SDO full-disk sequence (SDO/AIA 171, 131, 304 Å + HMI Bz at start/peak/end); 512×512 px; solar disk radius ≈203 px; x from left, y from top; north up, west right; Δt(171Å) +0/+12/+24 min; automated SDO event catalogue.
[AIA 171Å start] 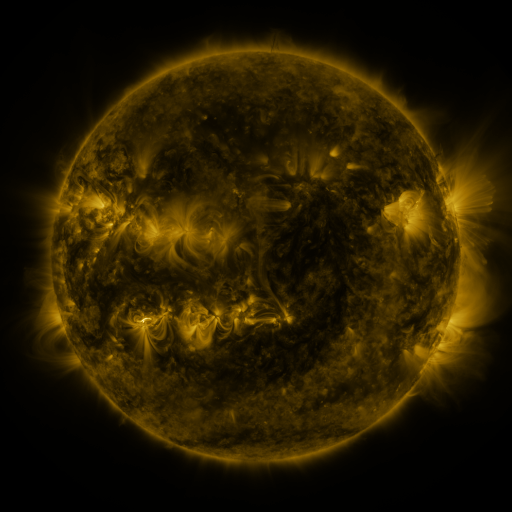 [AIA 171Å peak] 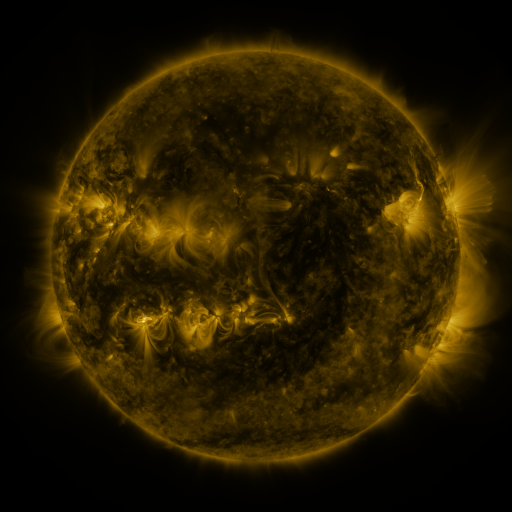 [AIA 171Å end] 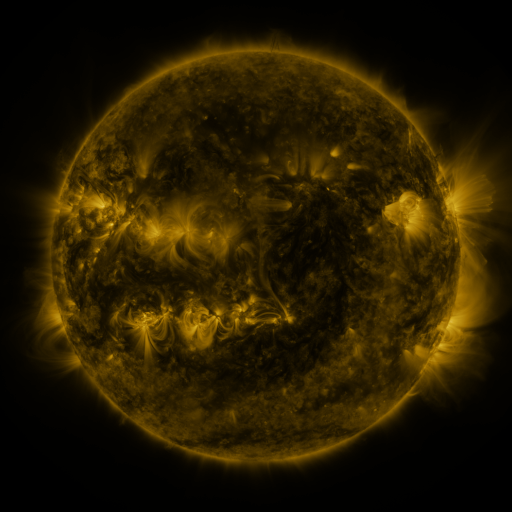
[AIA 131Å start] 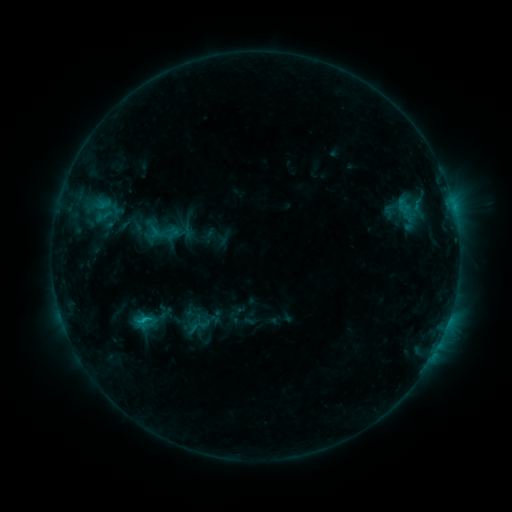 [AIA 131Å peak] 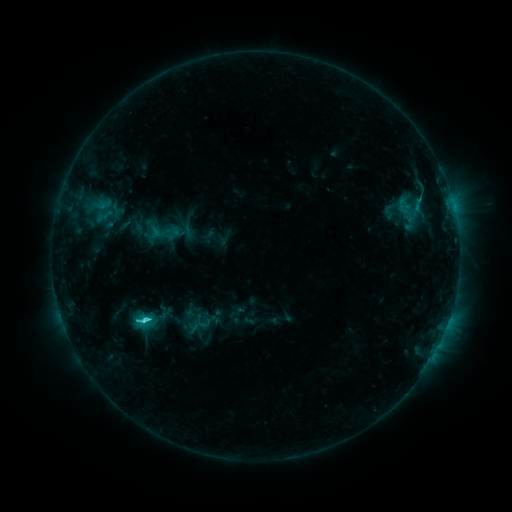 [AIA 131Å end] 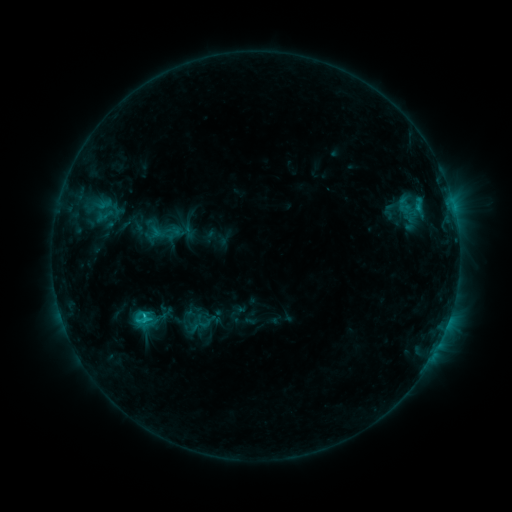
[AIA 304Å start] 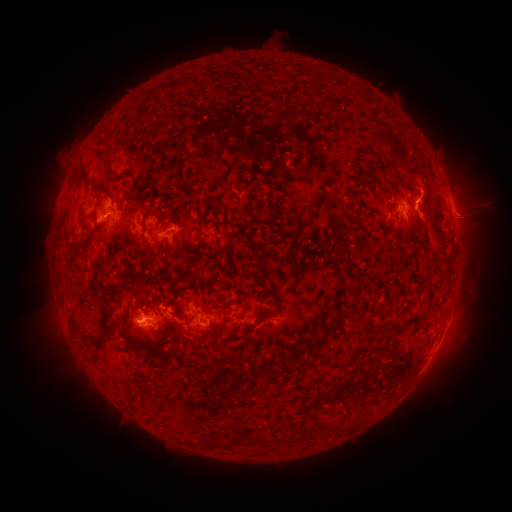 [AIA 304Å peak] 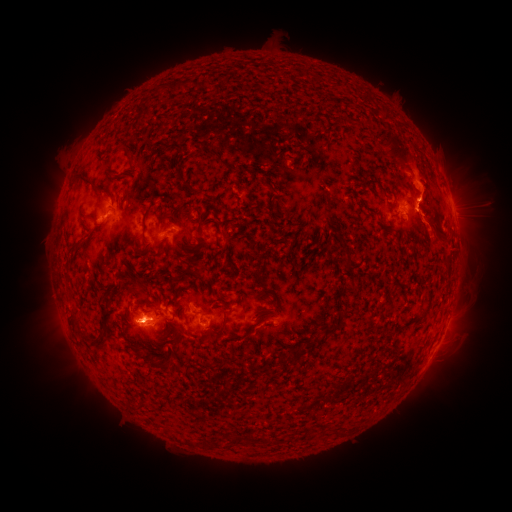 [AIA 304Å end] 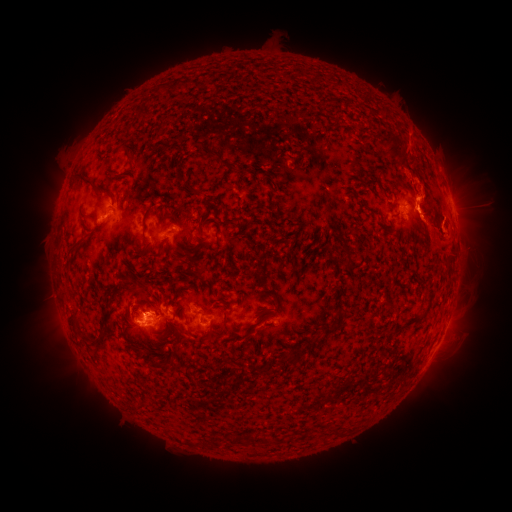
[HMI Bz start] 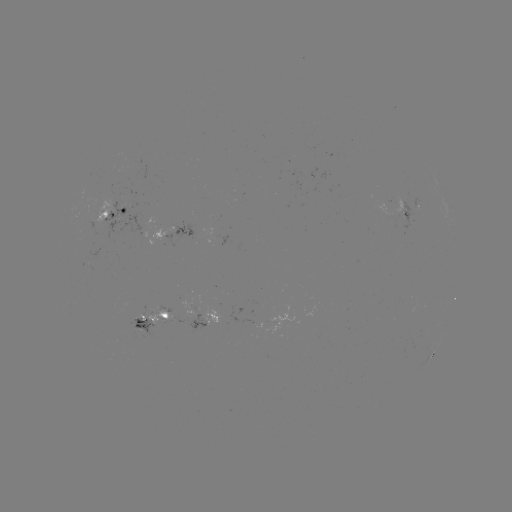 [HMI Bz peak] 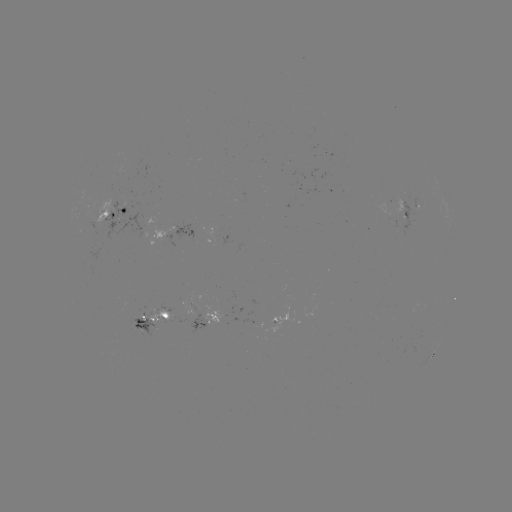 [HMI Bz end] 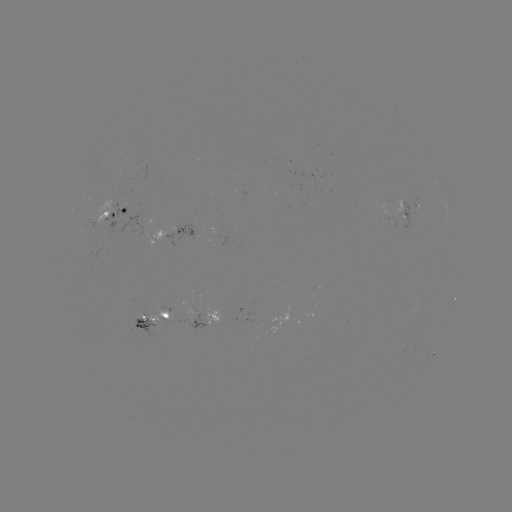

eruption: (422, 134, 499, 254)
